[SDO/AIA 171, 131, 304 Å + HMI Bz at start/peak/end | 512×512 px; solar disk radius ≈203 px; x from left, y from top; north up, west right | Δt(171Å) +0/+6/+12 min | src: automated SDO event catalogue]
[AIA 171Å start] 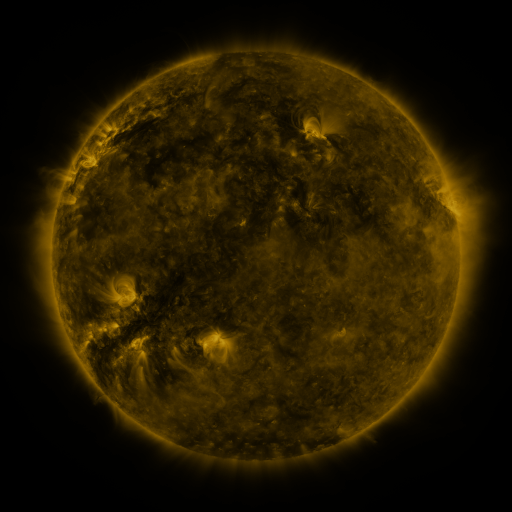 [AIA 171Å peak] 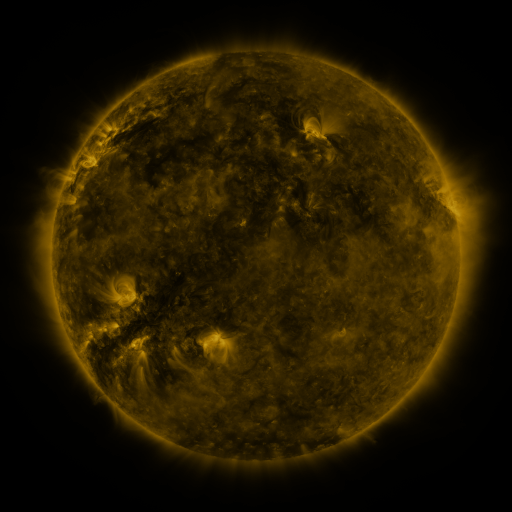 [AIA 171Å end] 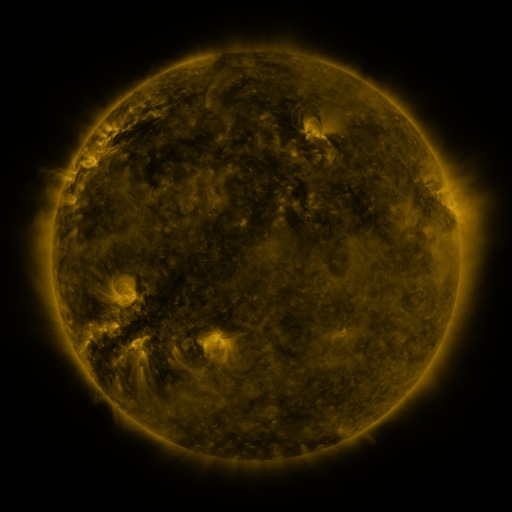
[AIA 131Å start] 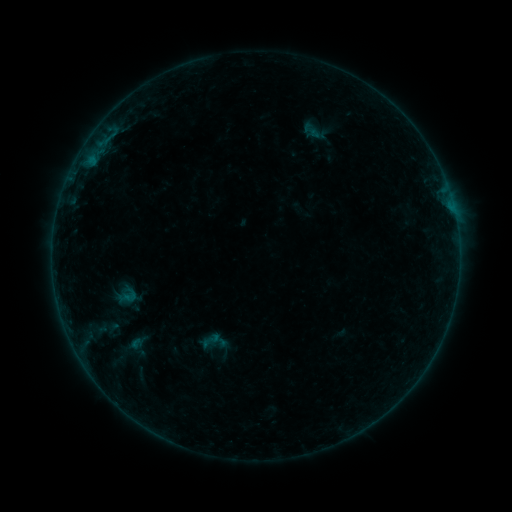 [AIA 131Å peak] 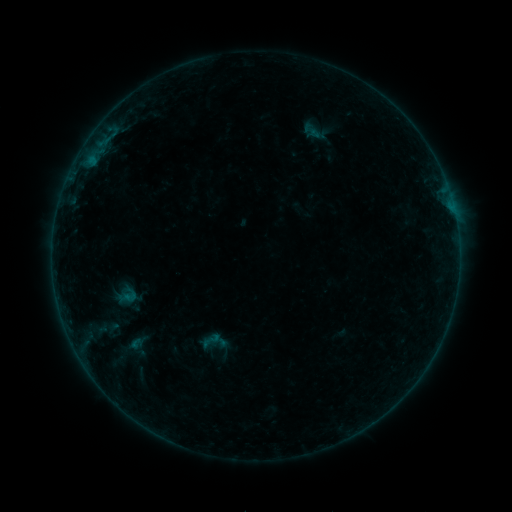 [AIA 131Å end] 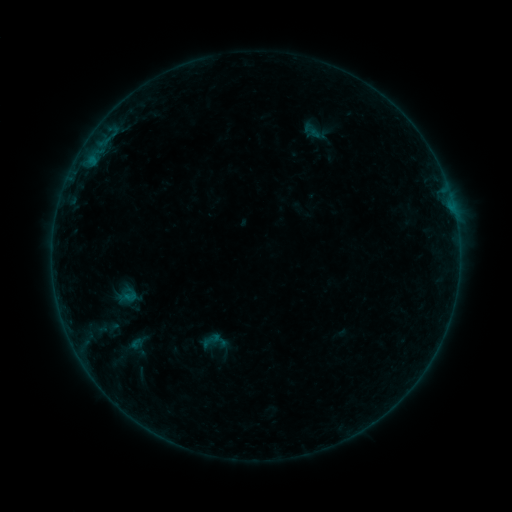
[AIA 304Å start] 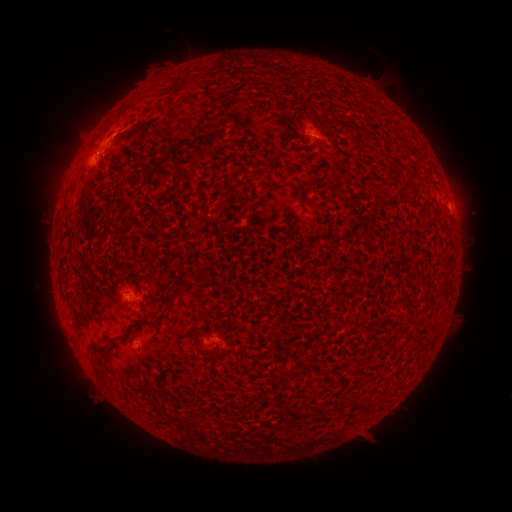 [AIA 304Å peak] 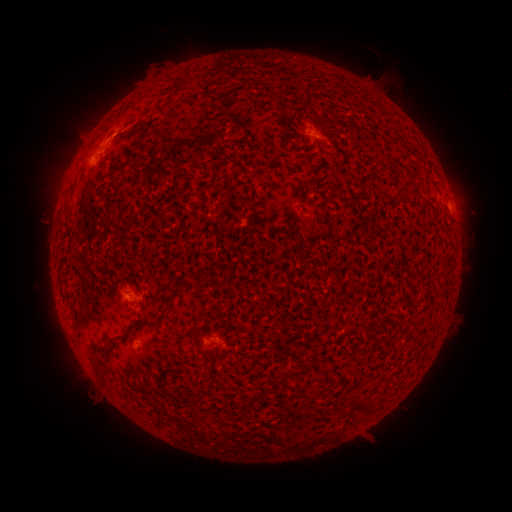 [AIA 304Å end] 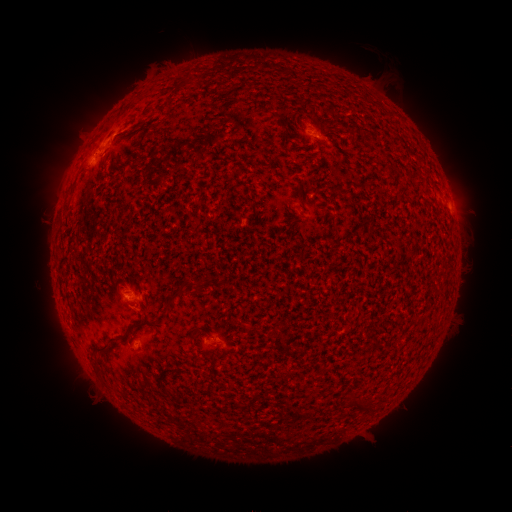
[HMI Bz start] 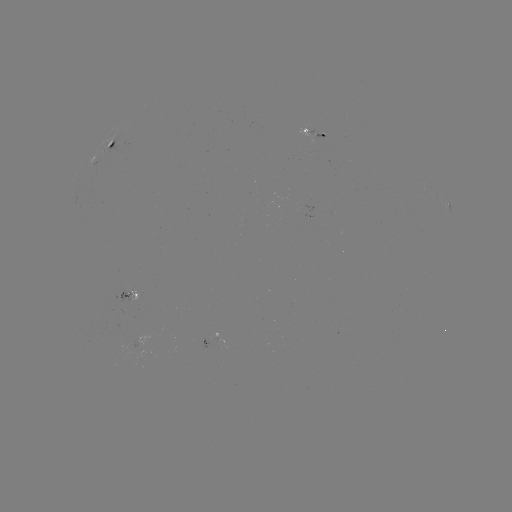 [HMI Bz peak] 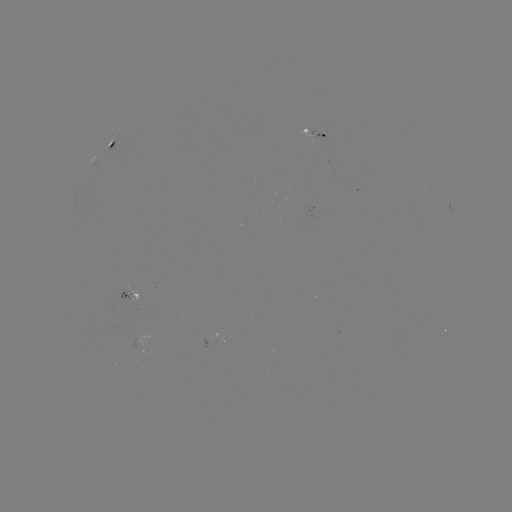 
no catalogued flare and no flagged EUV brightening in this window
